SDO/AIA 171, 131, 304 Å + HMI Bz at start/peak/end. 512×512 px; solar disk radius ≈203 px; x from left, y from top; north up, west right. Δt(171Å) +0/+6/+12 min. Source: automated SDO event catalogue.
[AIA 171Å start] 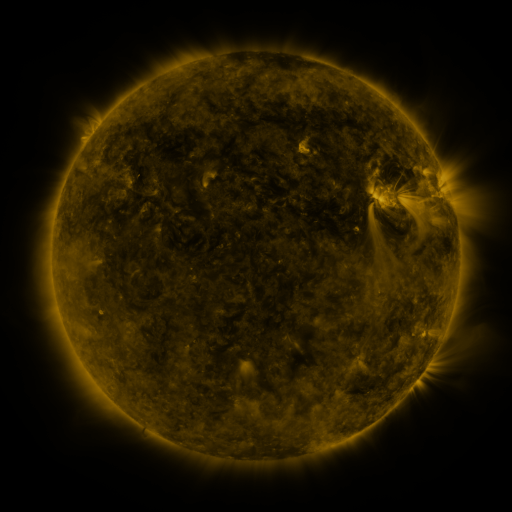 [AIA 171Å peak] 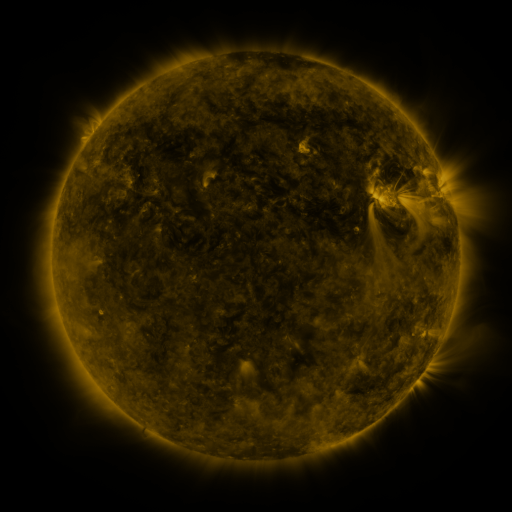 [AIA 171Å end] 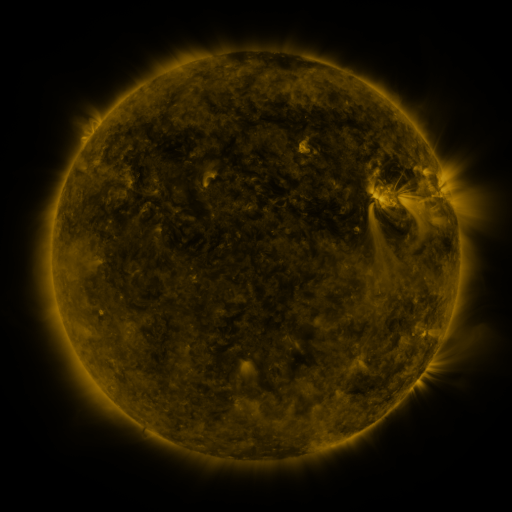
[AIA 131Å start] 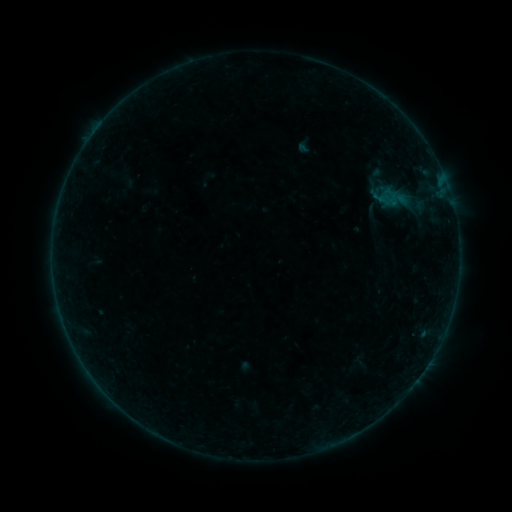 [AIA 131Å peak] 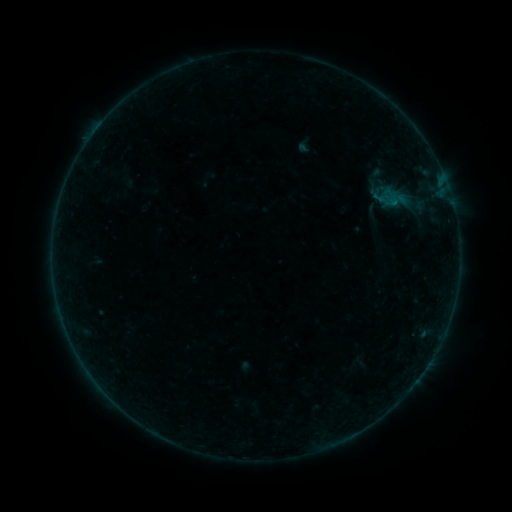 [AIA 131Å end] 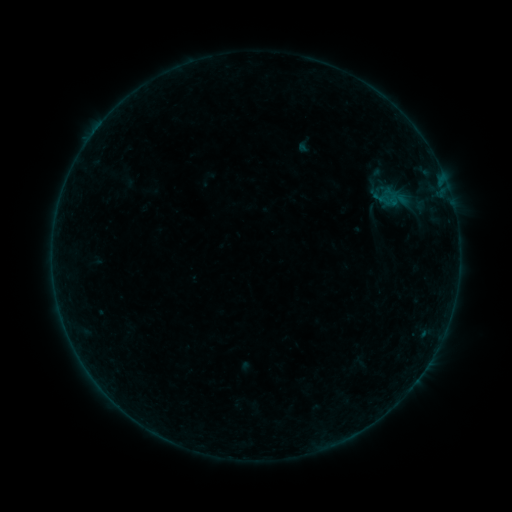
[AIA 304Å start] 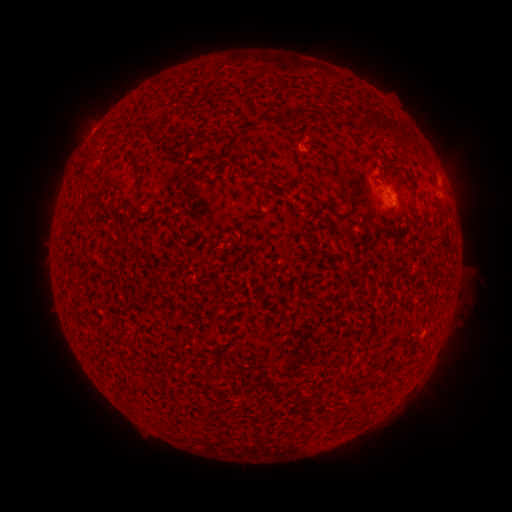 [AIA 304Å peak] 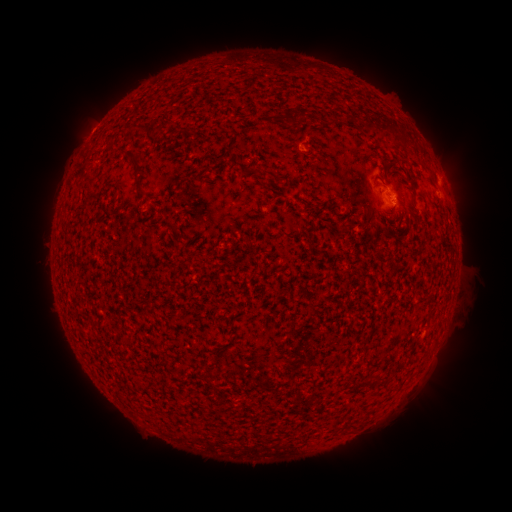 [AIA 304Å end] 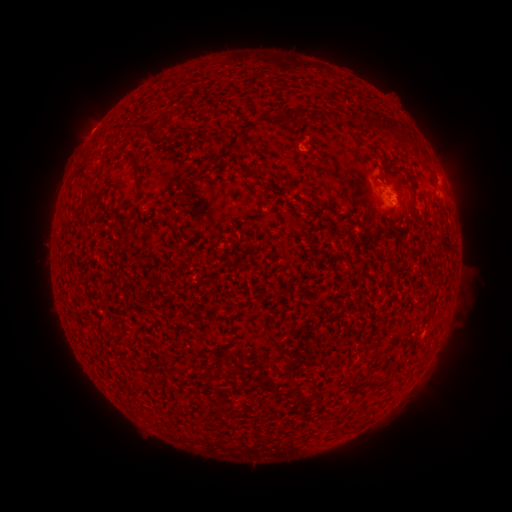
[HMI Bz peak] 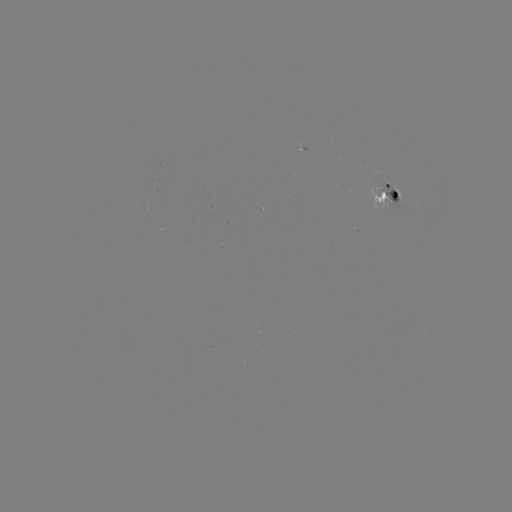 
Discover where B1.5 flare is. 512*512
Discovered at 395,204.